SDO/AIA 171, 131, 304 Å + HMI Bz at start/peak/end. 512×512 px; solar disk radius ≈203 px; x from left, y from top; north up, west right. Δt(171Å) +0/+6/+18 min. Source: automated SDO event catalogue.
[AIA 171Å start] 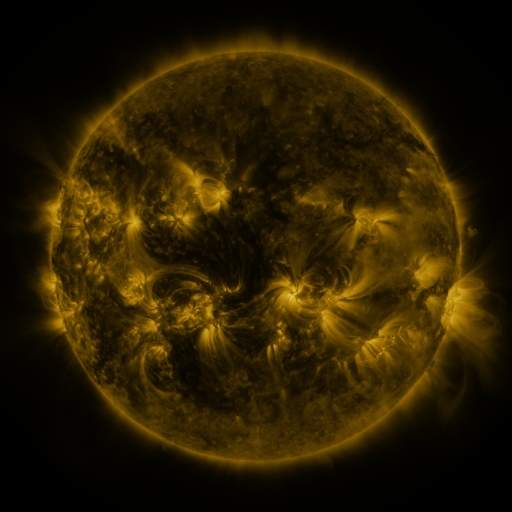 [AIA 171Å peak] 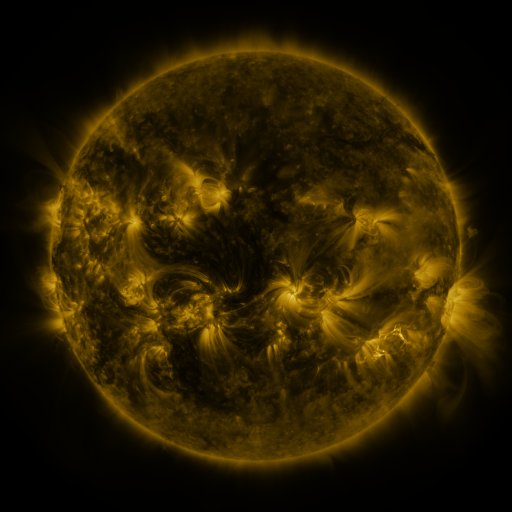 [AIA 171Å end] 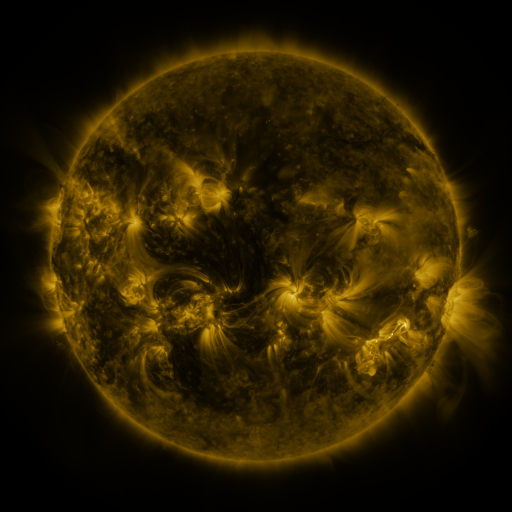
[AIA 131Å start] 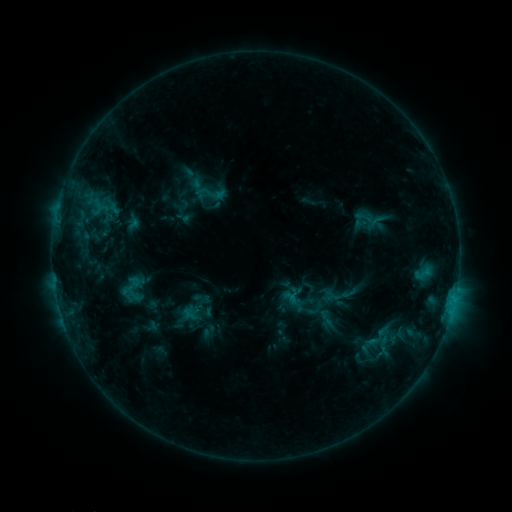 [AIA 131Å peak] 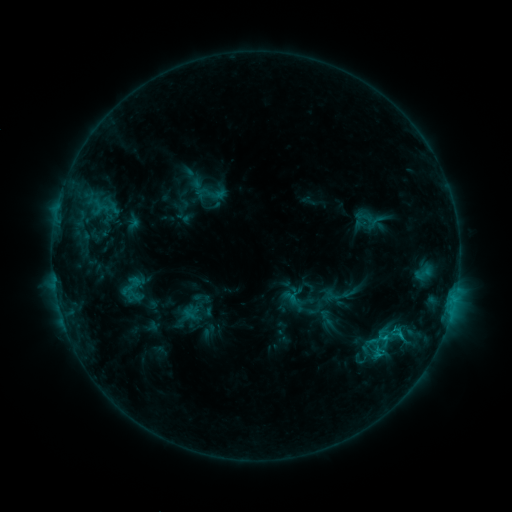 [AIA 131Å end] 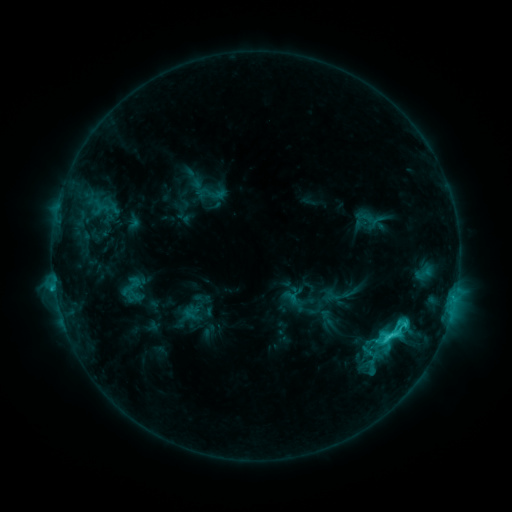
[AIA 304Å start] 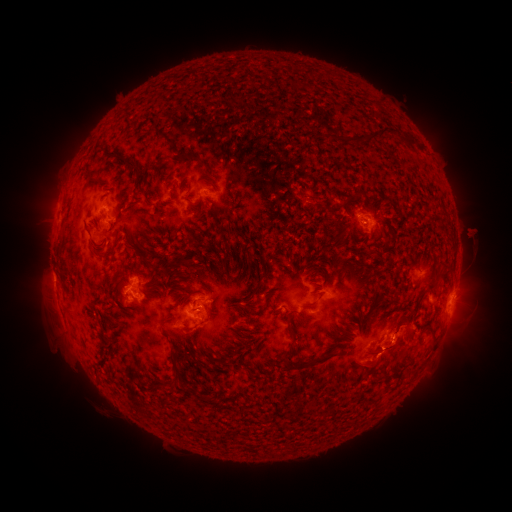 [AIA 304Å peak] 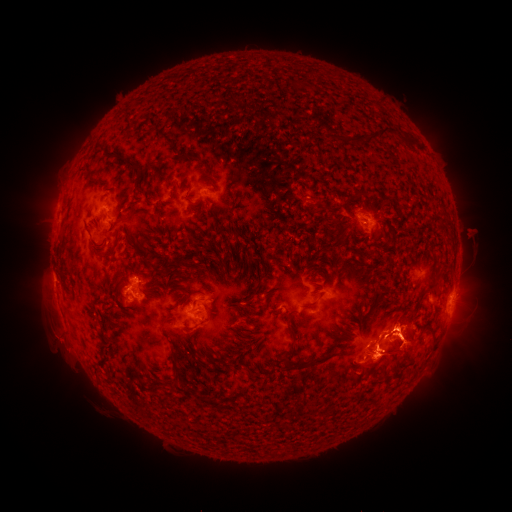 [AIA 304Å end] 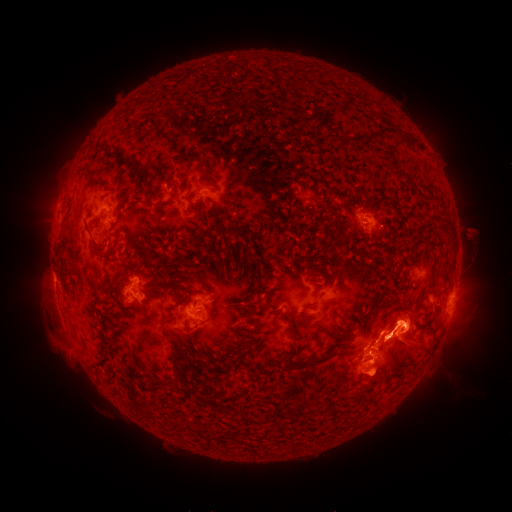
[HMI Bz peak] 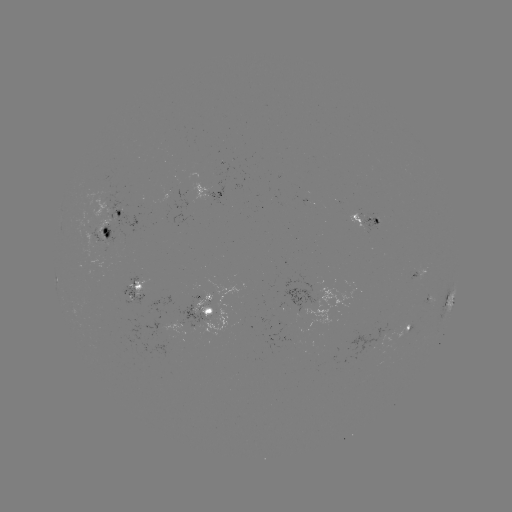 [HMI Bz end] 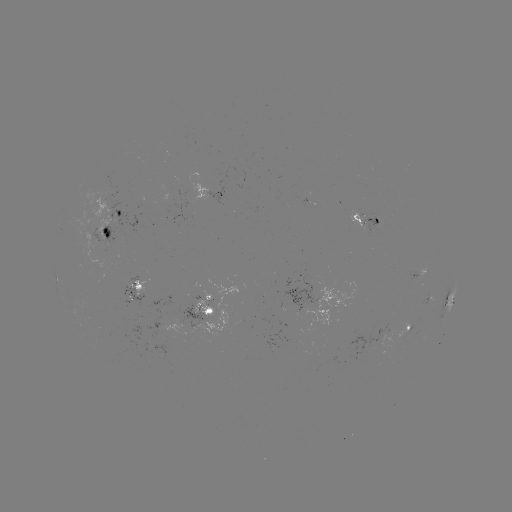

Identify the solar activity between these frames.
eruption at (53, 342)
